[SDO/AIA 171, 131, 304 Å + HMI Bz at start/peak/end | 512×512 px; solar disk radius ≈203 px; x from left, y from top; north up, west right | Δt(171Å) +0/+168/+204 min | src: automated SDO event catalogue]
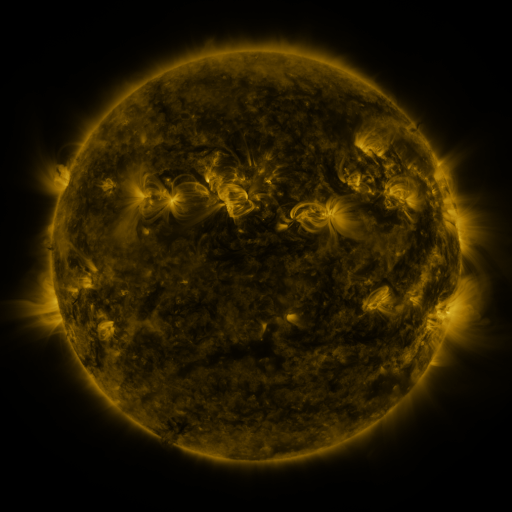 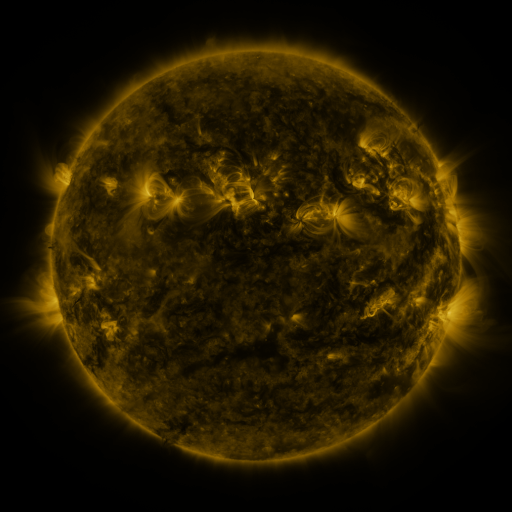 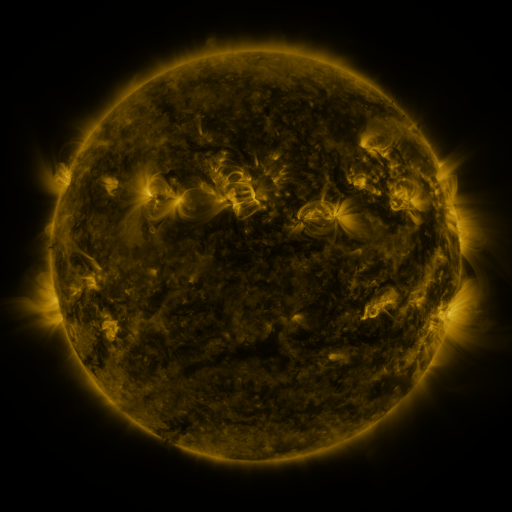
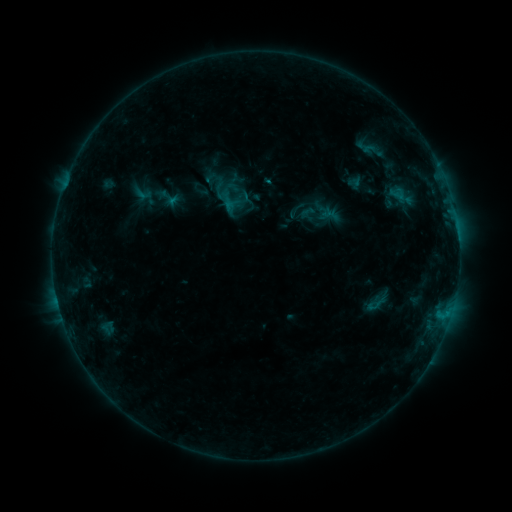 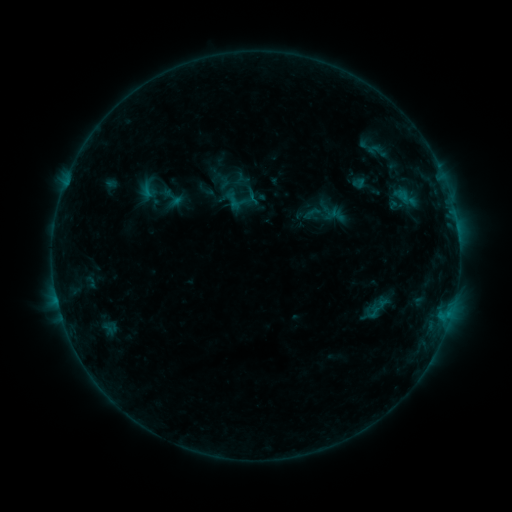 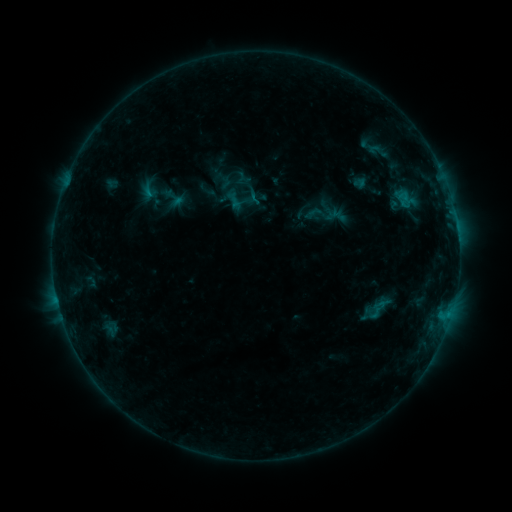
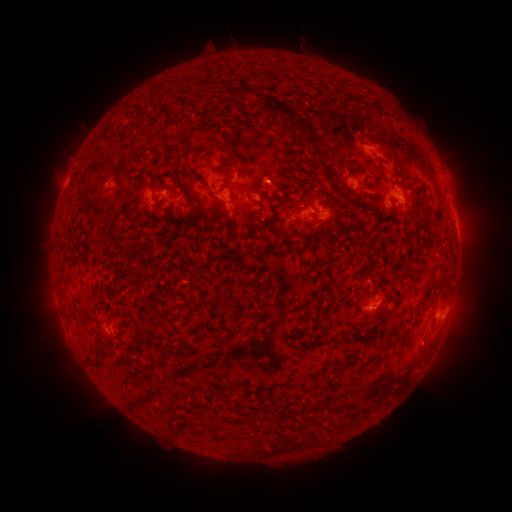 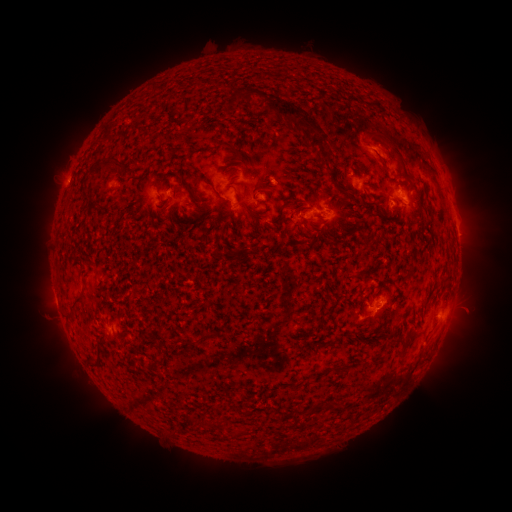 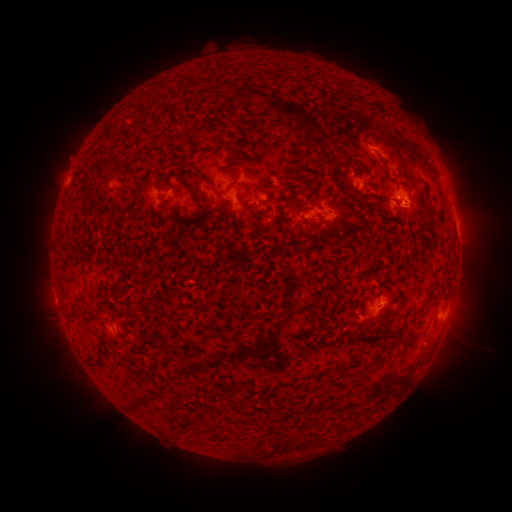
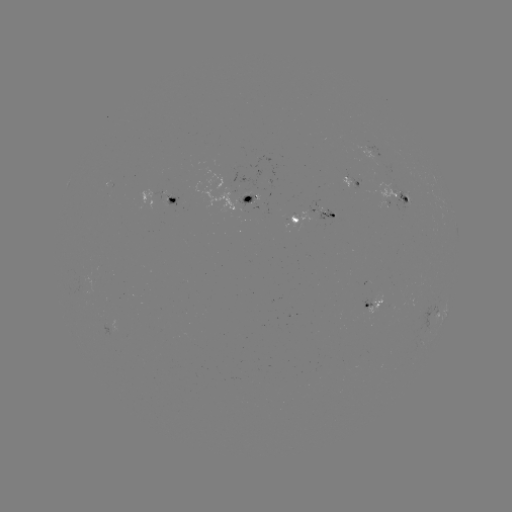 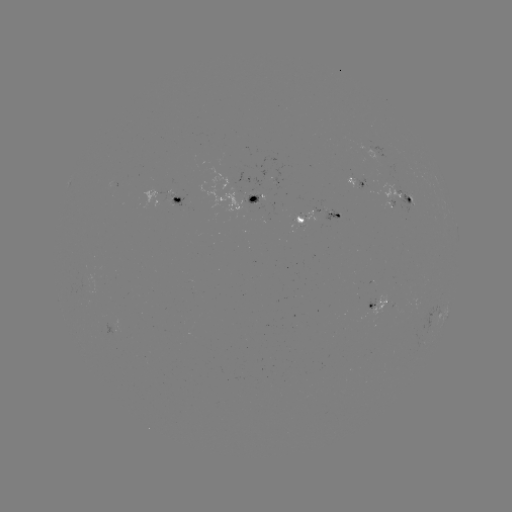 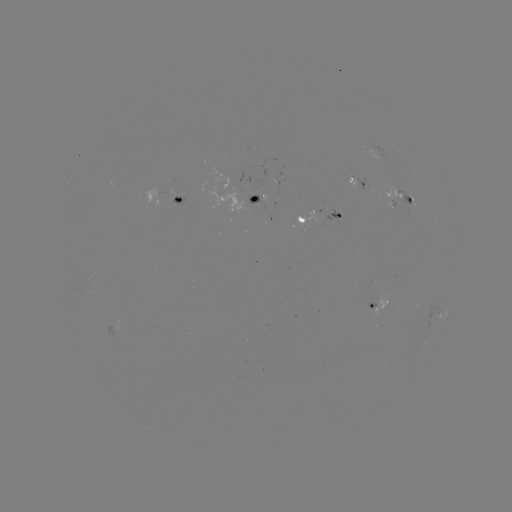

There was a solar emerging-flux region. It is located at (319, 212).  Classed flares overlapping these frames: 1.